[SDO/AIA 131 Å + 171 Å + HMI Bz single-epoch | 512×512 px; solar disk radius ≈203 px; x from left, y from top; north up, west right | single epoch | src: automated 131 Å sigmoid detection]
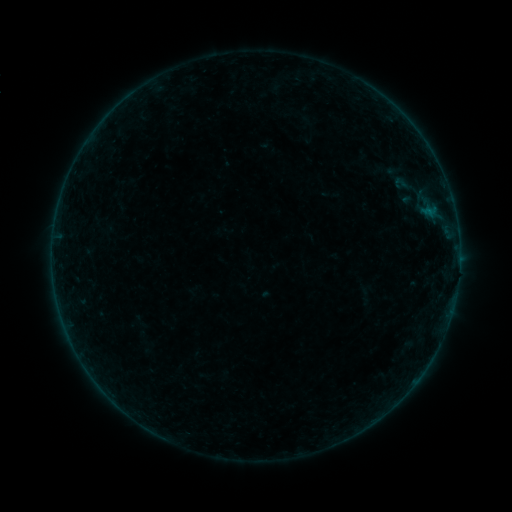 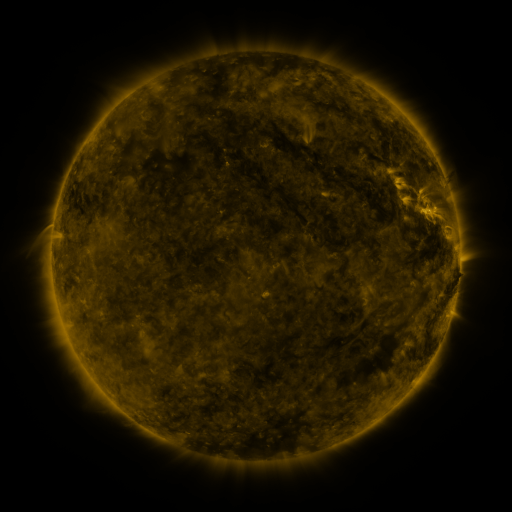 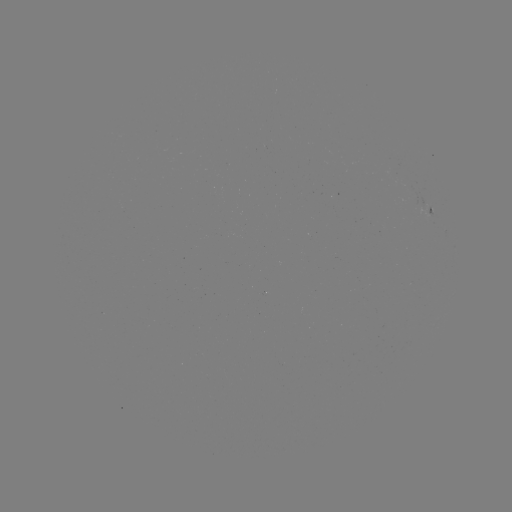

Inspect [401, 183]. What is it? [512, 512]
sigmoid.